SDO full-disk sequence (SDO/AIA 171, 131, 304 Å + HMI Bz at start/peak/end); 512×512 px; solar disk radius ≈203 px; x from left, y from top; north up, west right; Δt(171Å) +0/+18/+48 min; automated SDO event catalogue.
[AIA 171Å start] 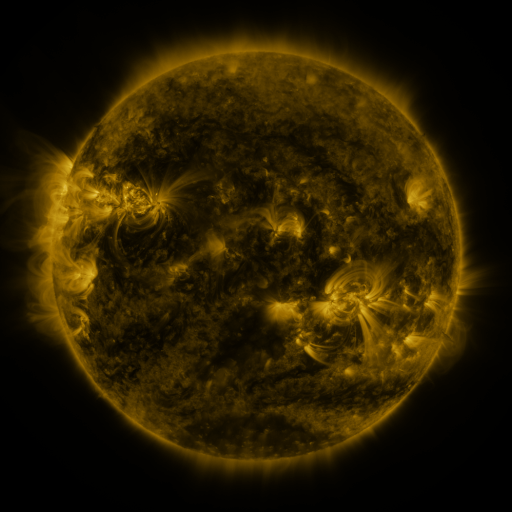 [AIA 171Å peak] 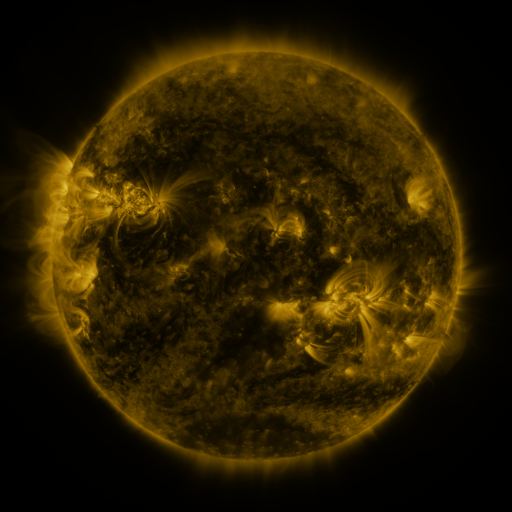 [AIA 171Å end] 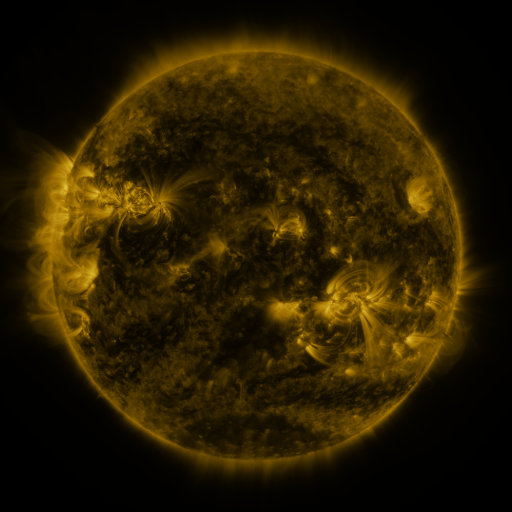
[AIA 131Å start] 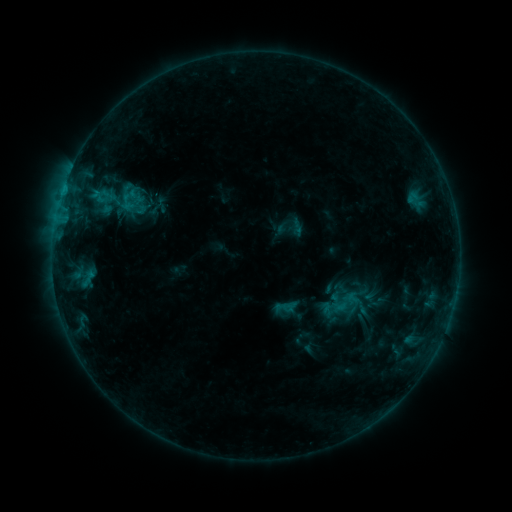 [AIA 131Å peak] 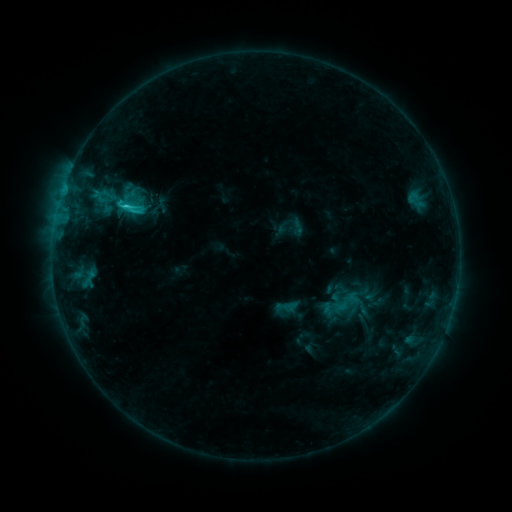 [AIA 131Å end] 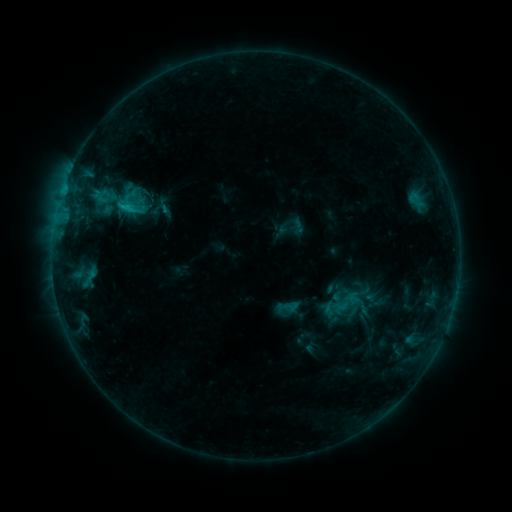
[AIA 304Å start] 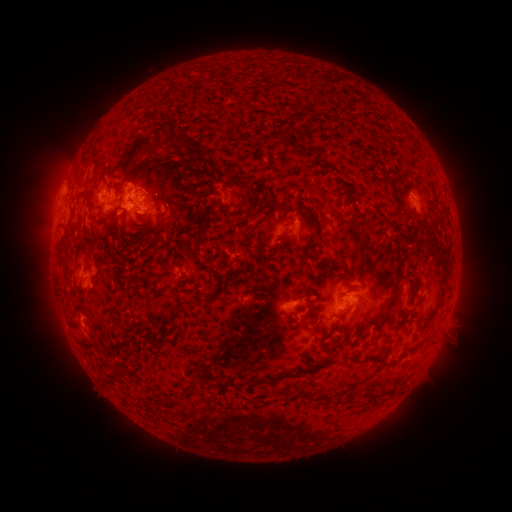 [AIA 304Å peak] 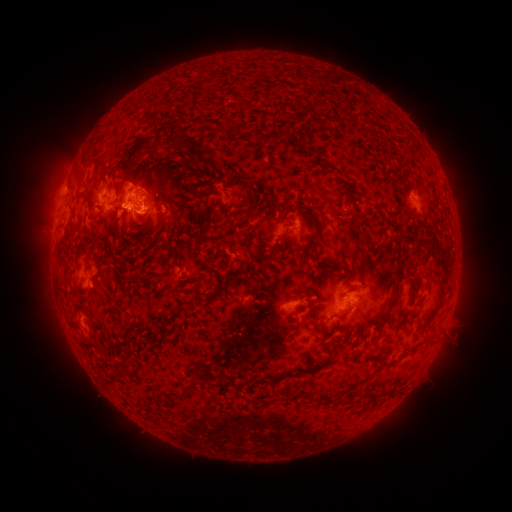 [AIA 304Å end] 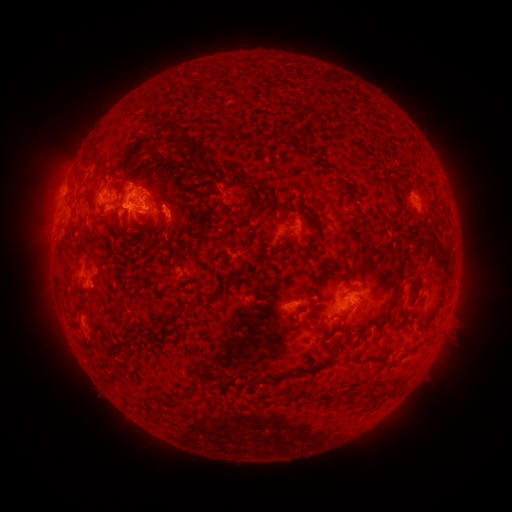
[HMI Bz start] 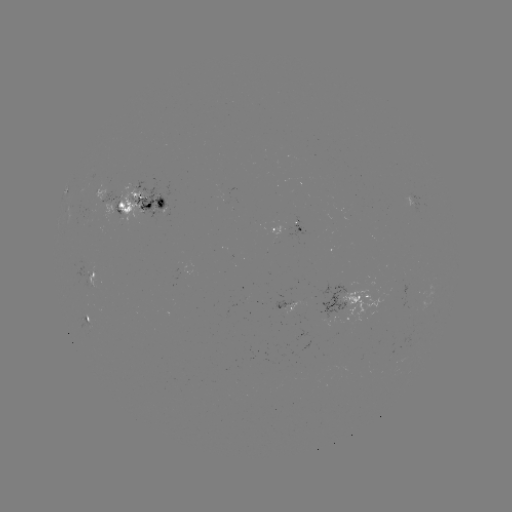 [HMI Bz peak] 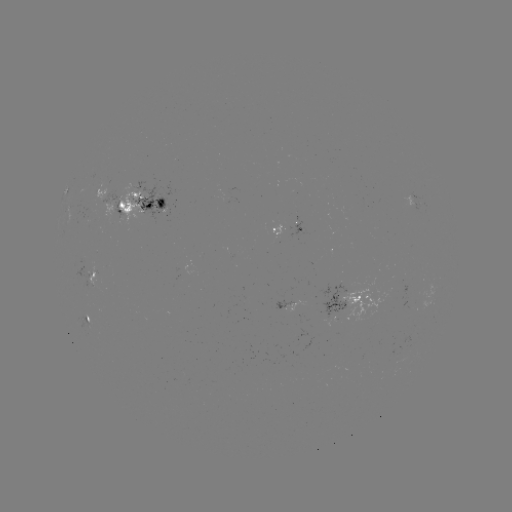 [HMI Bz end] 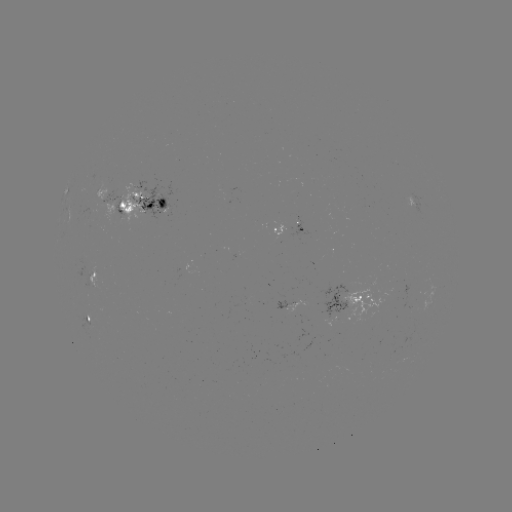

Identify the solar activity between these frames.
C2.0 flare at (127, 208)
